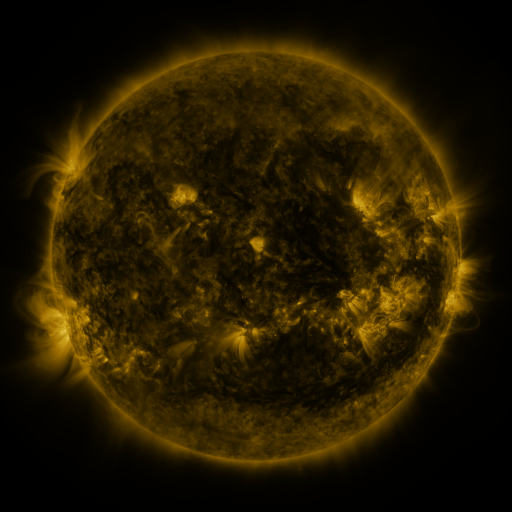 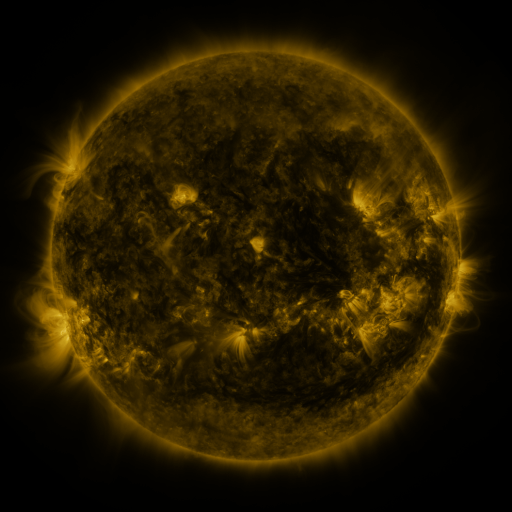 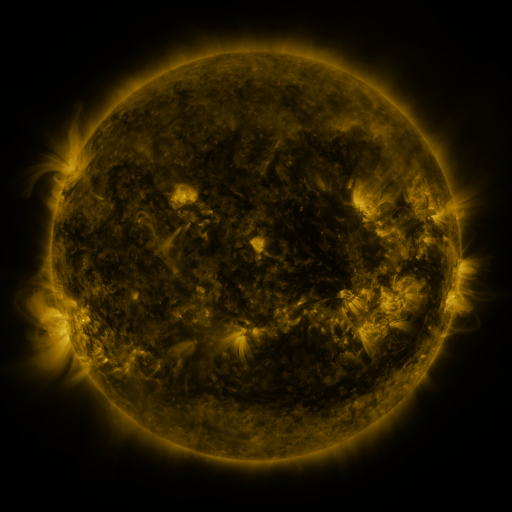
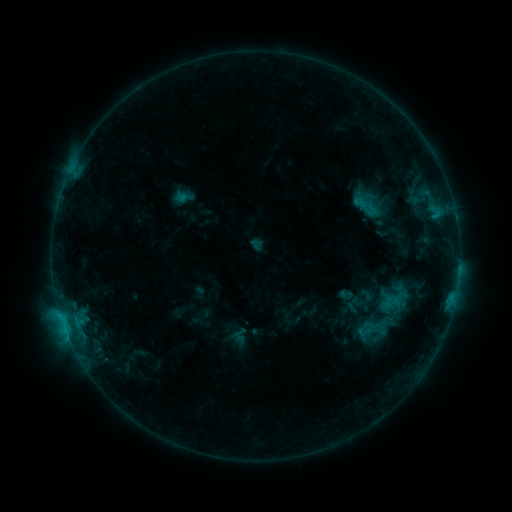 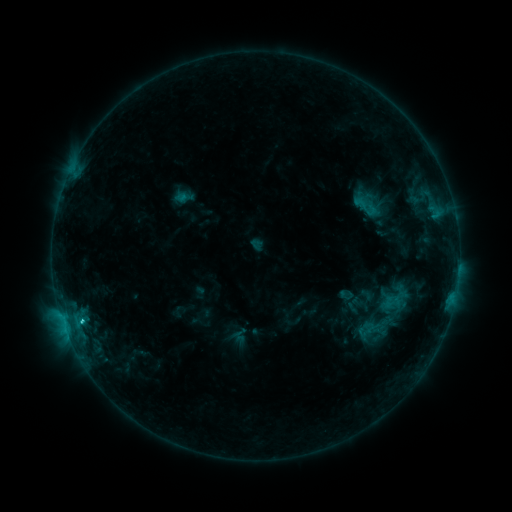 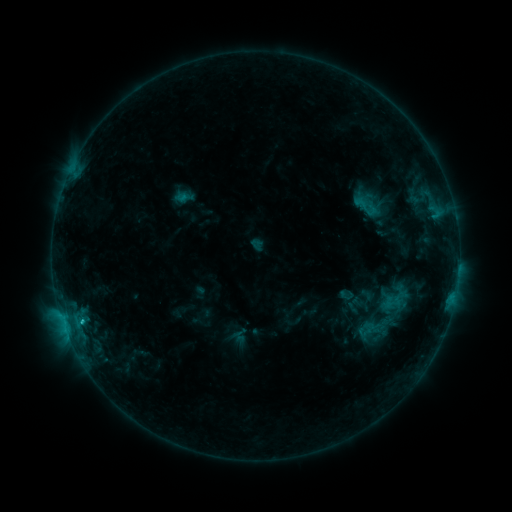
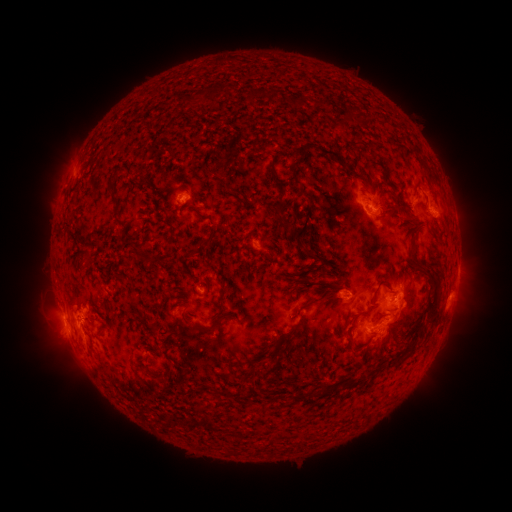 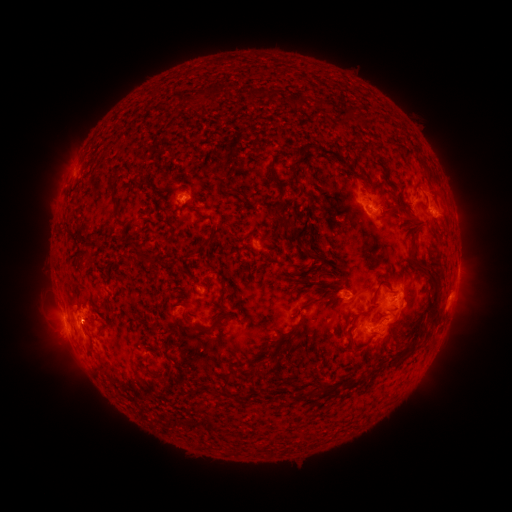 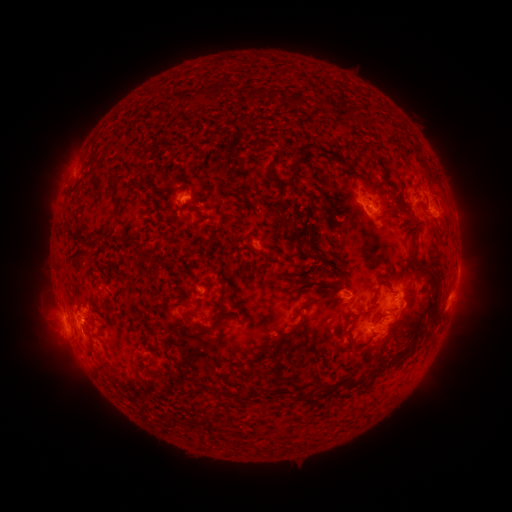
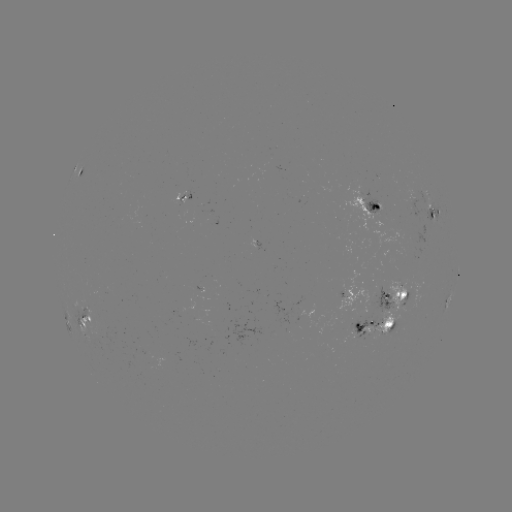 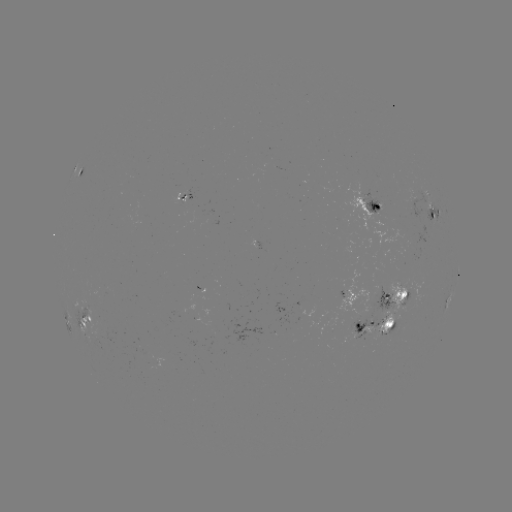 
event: flare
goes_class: C1.7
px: (81, 319)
